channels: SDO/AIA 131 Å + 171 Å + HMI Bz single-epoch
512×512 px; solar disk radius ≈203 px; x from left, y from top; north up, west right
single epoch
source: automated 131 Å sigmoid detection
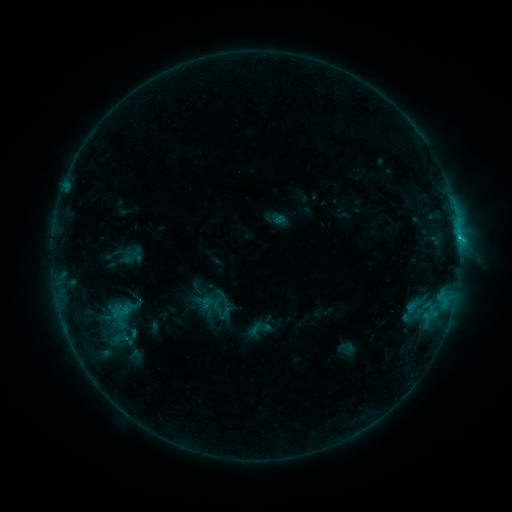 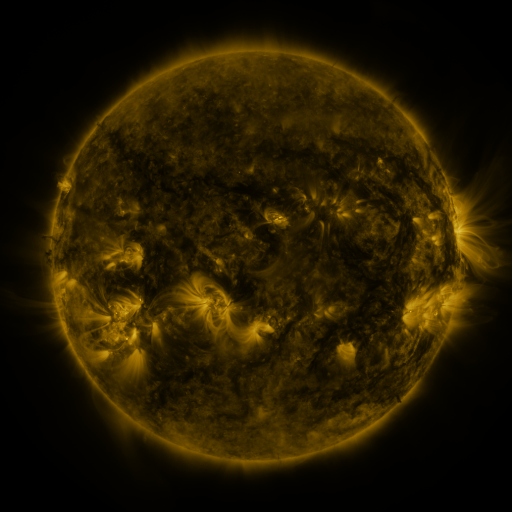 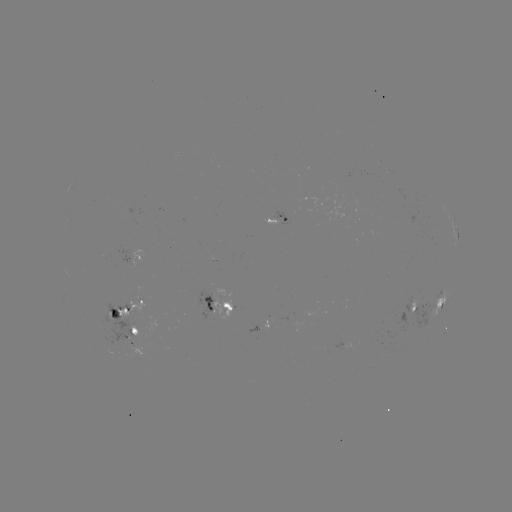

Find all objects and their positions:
sigmoid: [245, 315, 274, 343]
sigmoid: [338, 339, 354, 355]
